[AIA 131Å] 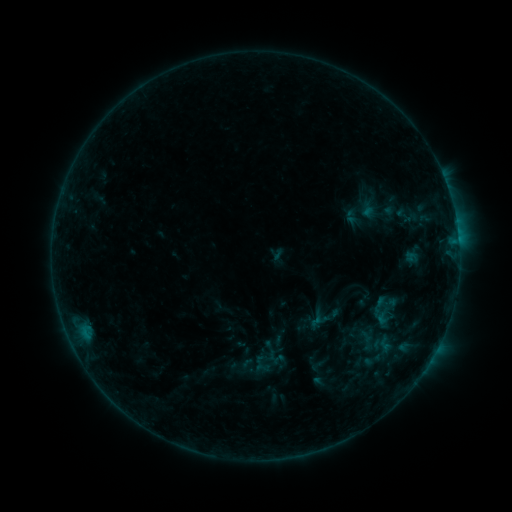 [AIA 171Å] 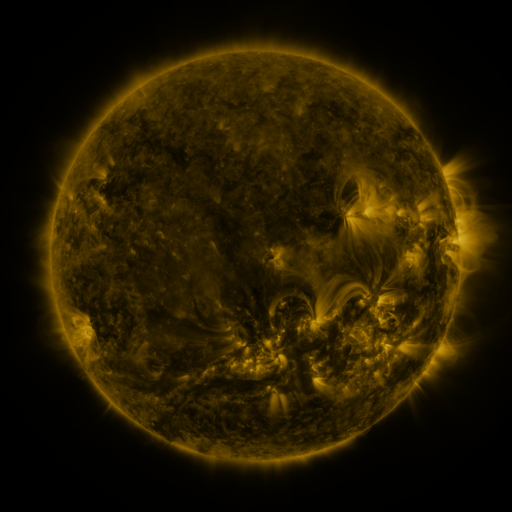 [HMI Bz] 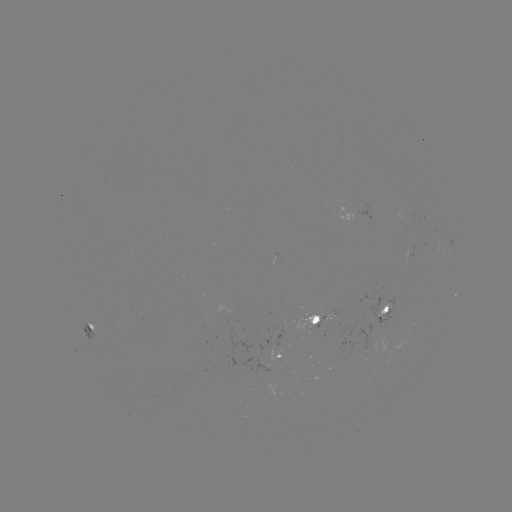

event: sigmoid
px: (266, 359)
